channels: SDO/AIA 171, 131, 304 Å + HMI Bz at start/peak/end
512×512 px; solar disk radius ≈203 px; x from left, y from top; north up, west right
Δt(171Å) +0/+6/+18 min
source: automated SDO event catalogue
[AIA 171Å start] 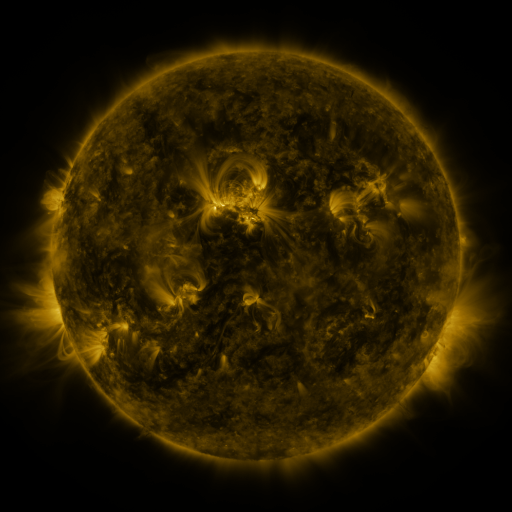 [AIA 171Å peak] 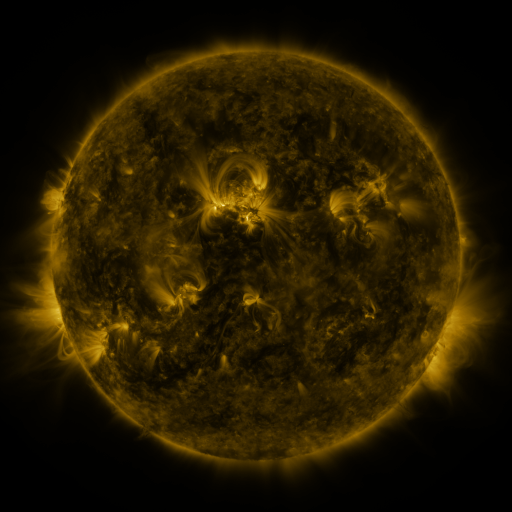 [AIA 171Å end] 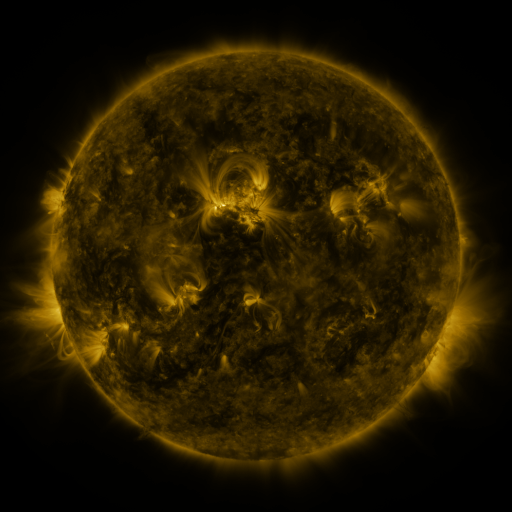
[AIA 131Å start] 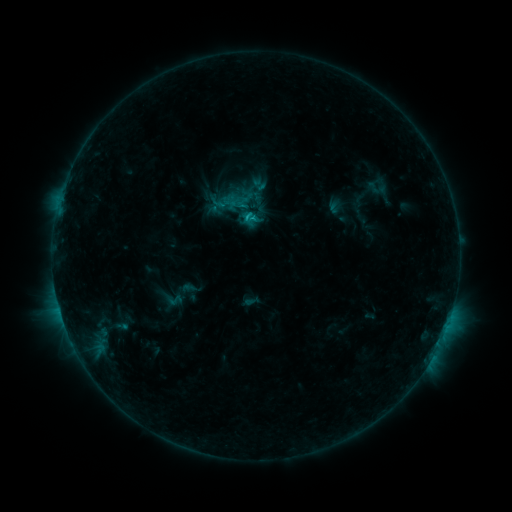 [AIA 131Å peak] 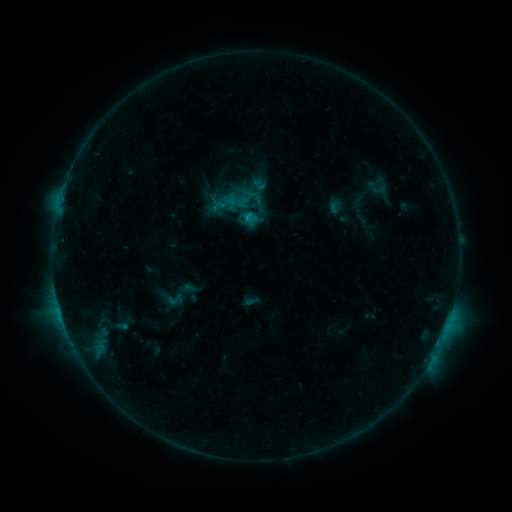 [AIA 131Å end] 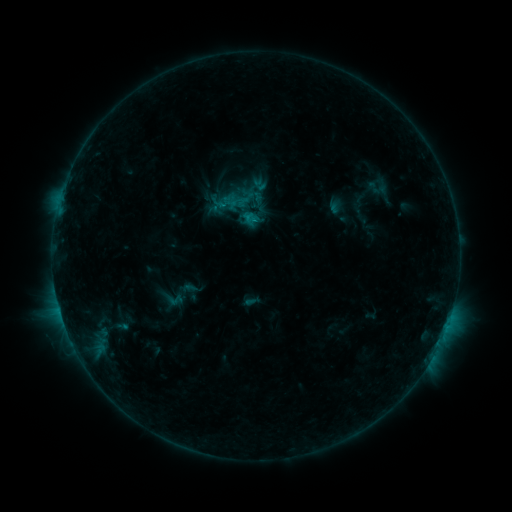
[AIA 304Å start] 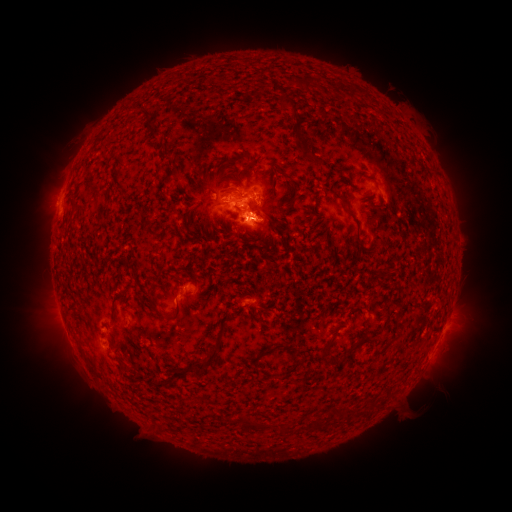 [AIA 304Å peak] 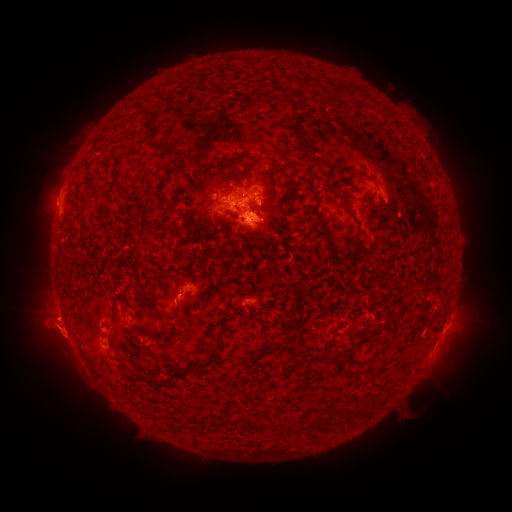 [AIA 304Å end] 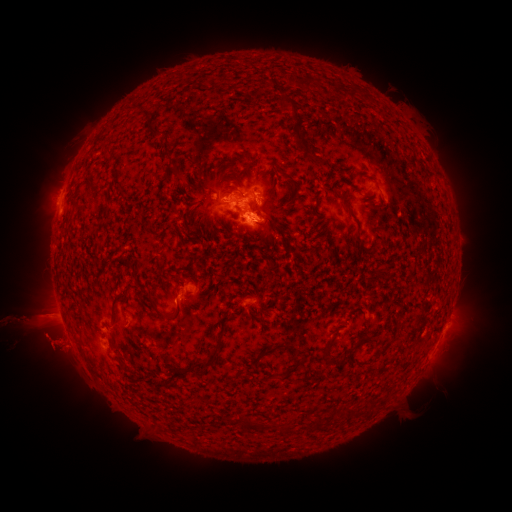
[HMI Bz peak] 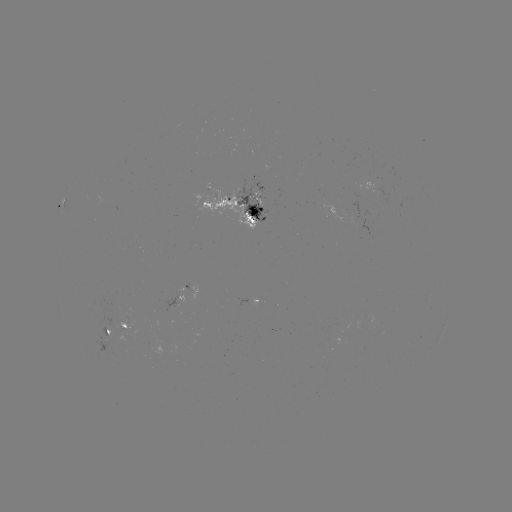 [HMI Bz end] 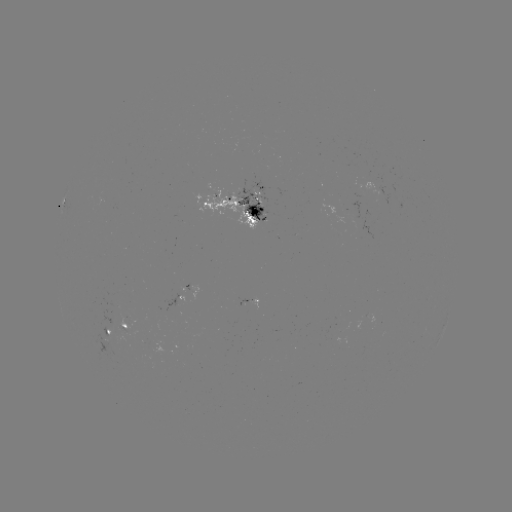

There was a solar eruption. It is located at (51, 330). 